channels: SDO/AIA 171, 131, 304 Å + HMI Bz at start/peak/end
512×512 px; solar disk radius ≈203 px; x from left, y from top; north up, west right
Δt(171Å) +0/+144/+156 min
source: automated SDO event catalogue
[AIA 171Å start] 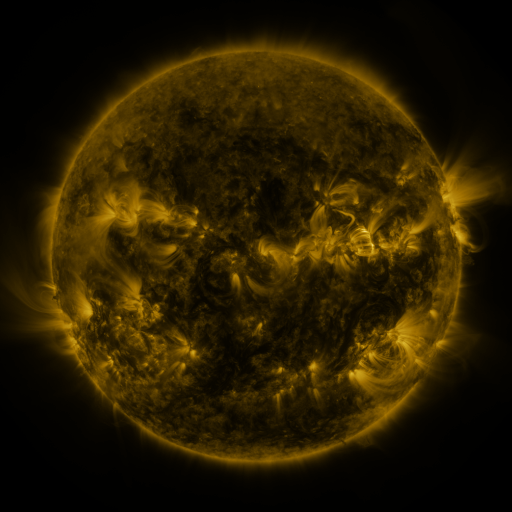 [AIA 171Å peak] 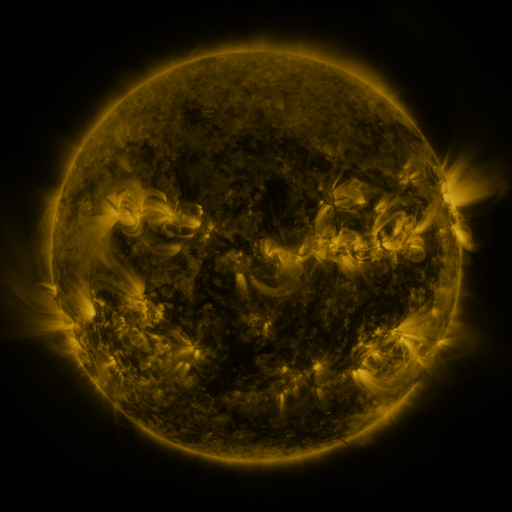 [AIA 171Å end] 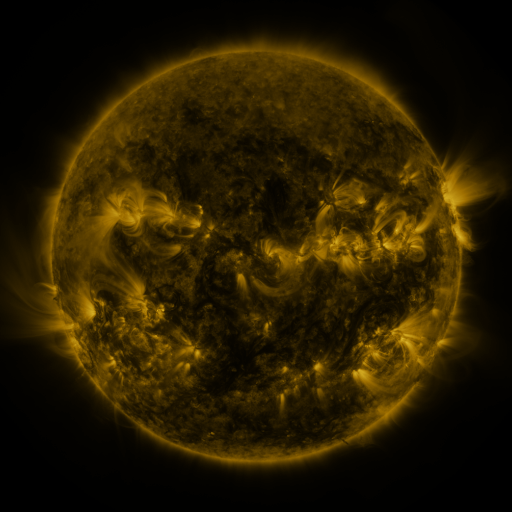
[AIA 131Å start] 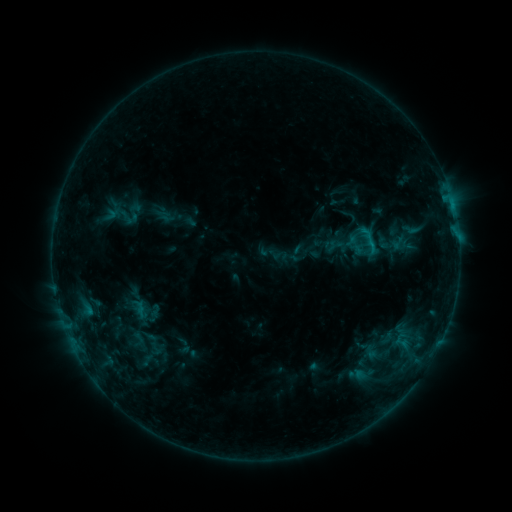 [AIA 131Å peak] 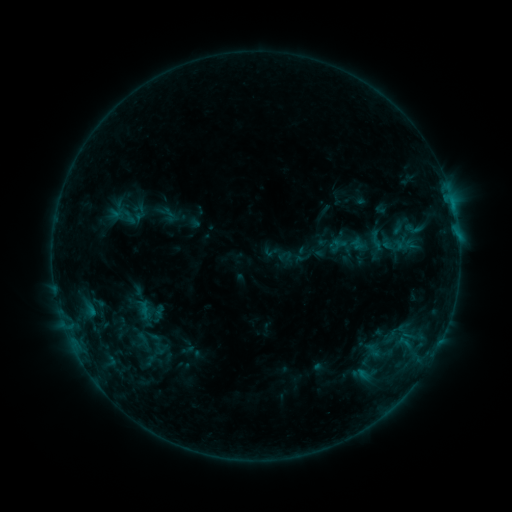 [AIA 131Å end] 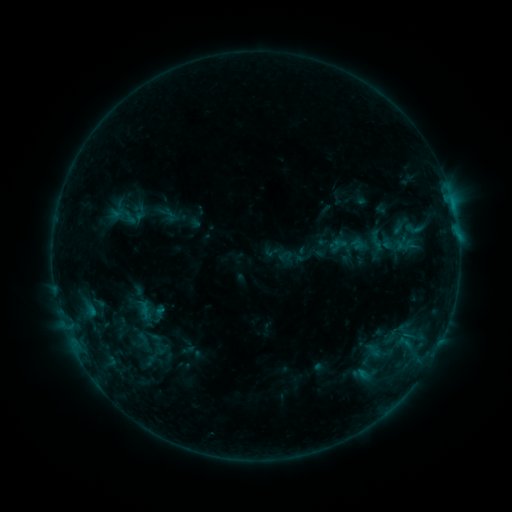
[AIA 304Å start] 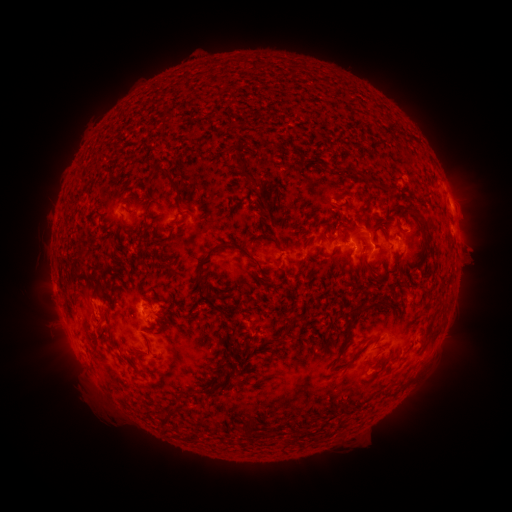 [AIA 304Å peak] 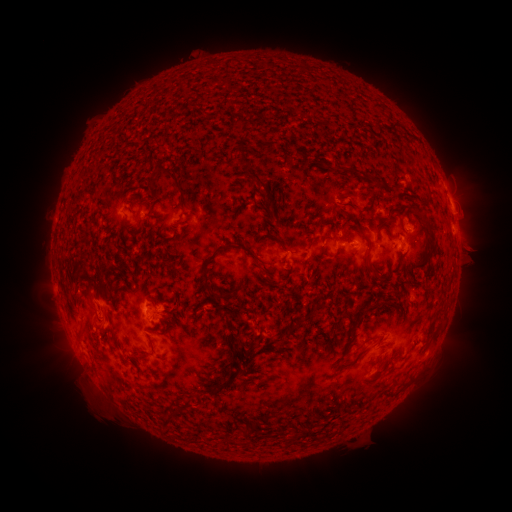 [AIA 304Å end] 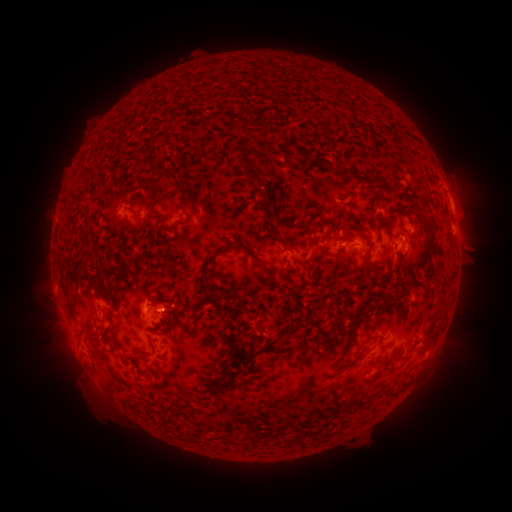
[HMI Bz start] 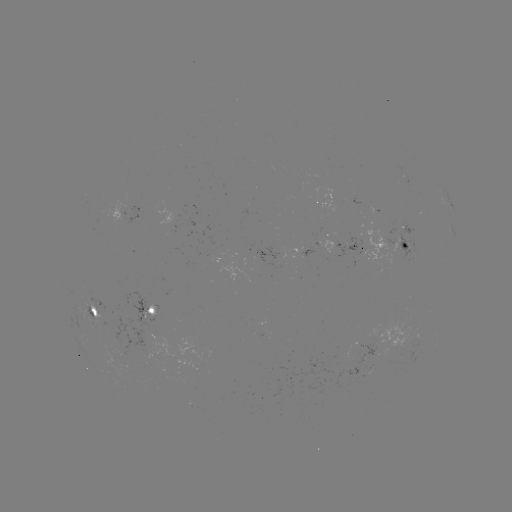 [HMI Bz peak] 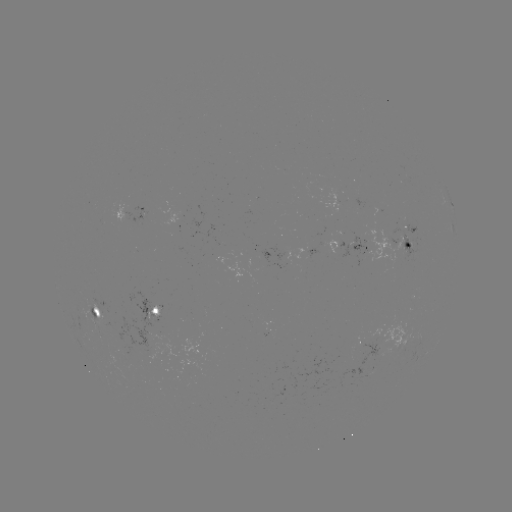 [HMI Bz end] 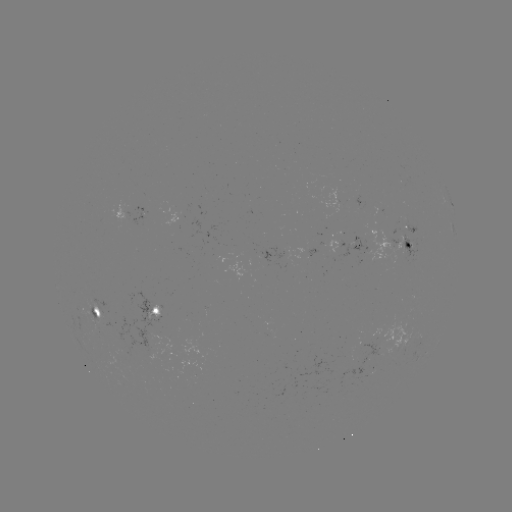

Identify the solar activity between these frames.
emerging-flux region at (408, 224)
